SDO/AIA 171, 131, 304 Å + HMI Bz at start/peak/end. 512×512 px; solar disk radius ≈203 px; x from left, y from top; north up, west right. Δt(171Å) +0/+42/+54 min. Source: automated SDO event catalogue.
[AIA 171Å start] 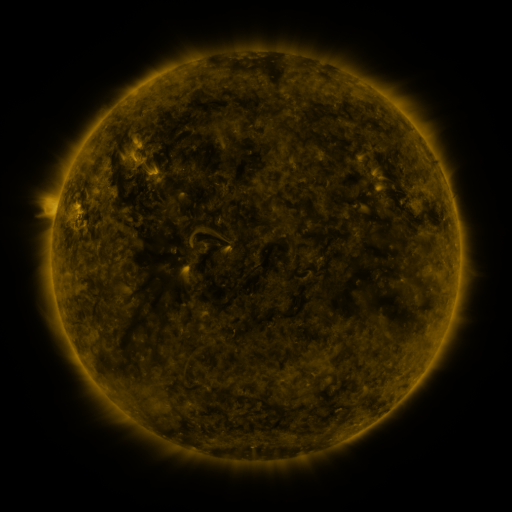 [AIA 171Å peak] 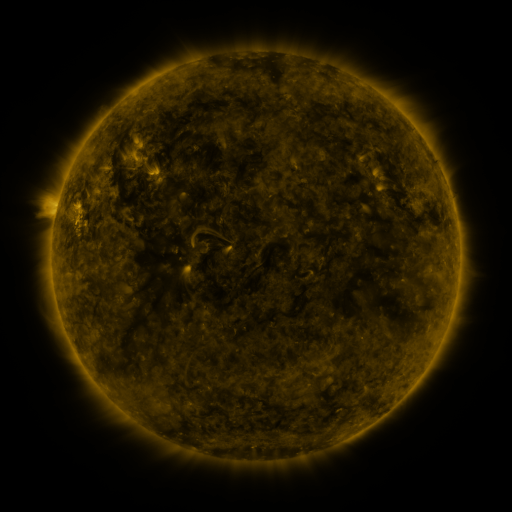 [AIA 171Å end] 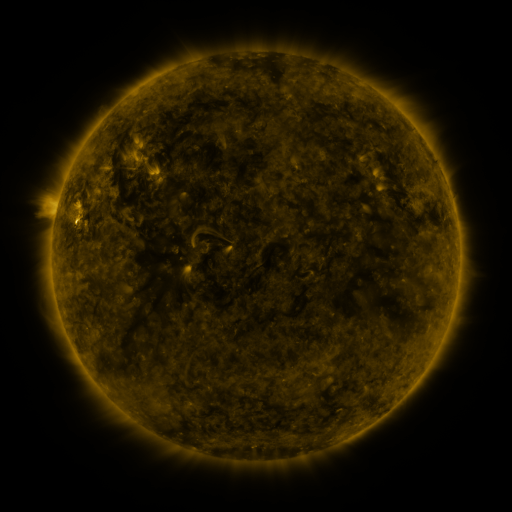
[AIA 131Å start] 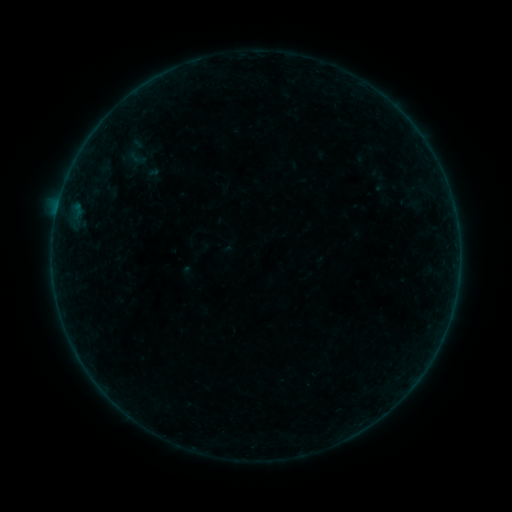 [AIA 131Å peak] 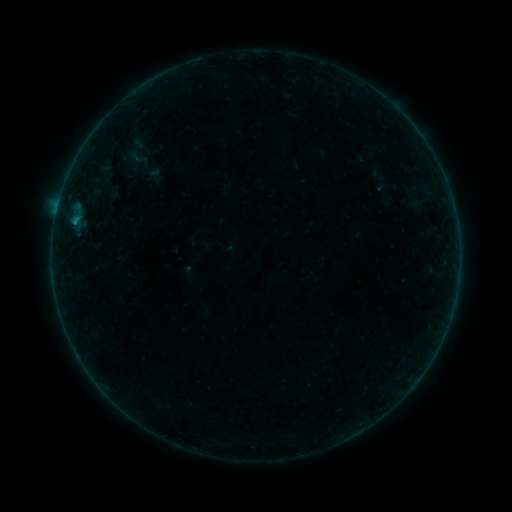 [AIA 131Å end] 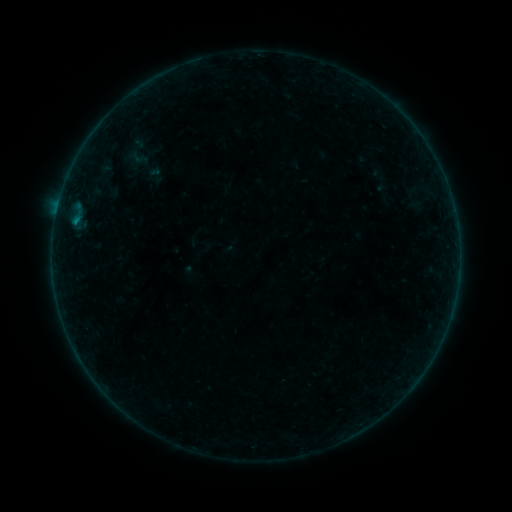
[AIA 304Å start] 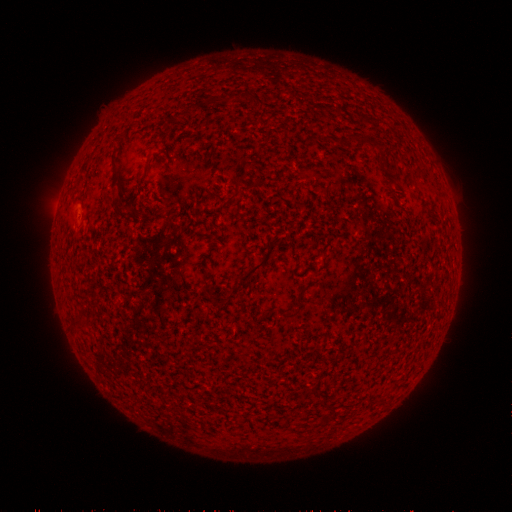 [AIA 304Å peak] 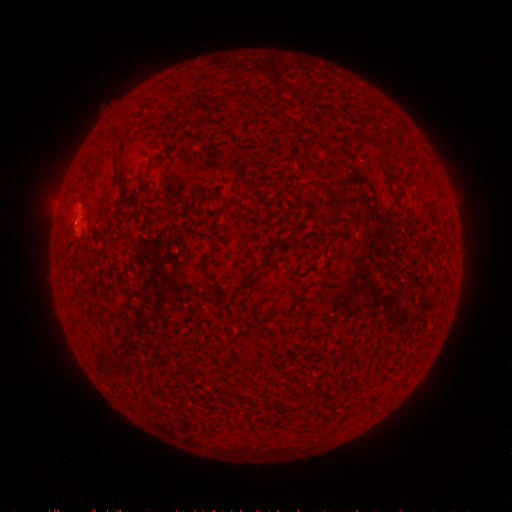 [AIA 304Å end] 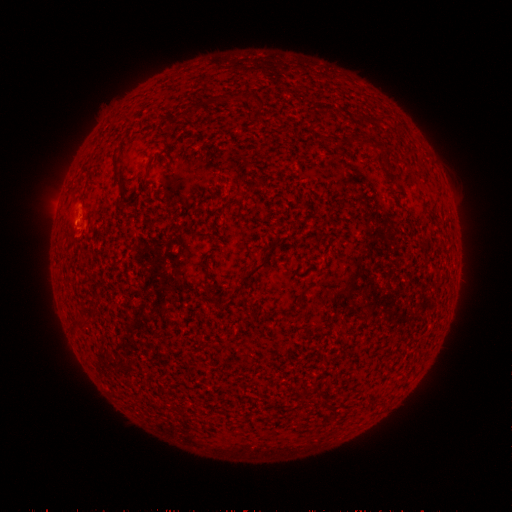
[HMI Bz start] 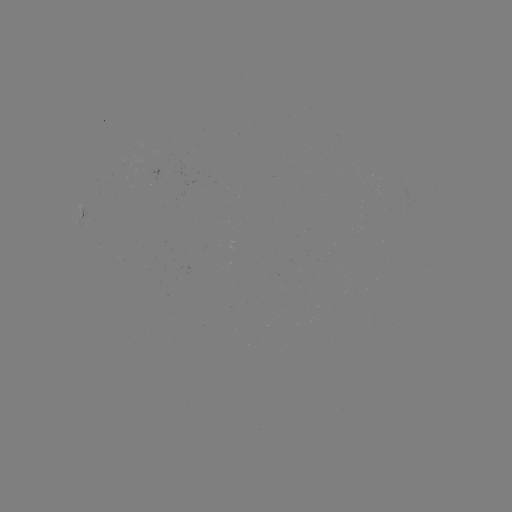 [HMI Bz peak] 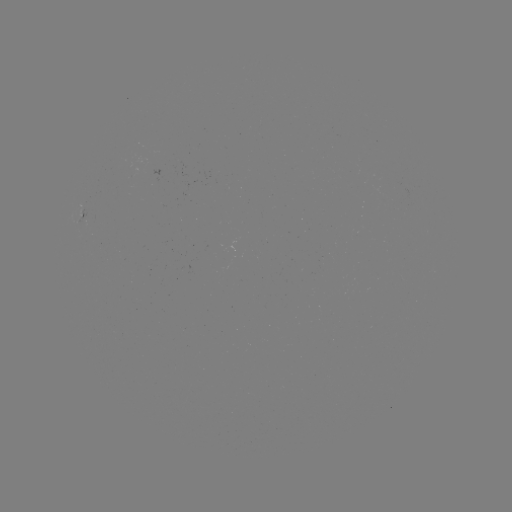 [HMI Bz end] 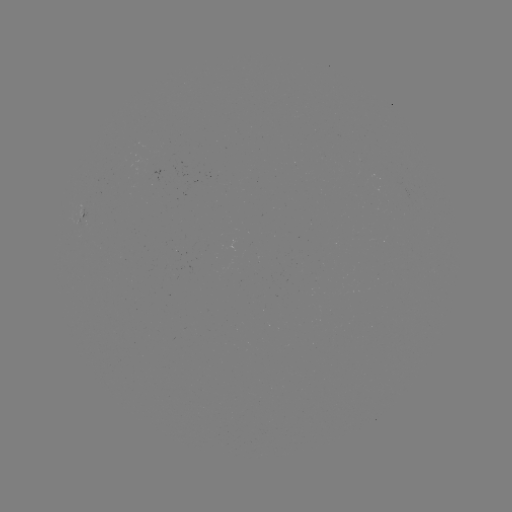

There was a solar flare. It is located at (75, 223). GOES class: B3.3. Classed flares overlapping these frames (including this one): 1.